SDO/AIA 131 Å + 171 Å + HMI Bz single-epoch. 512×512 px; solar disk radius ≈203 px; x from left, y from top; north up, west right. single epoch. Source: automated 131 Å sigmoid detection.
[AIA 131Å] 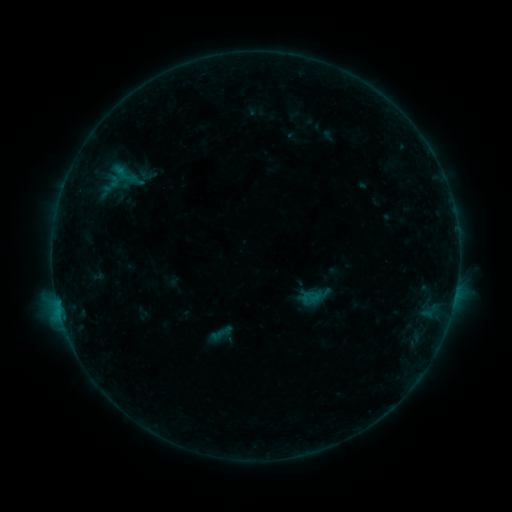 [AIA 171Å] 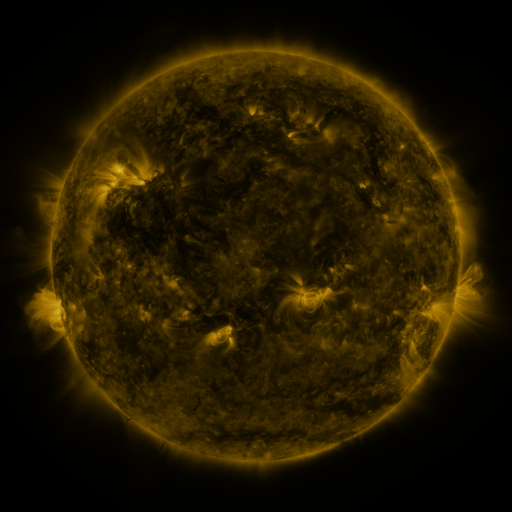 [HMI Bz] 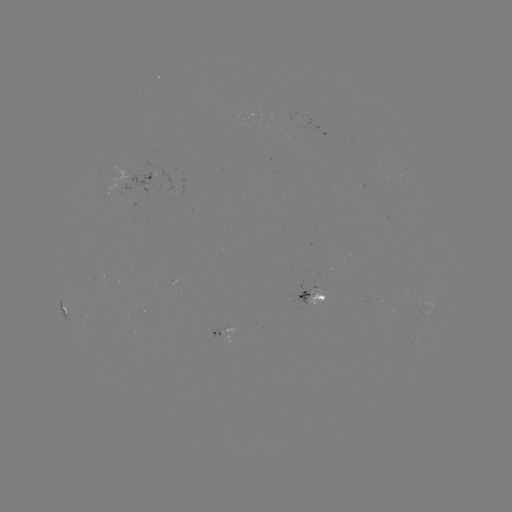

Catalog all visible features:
sigmoid: <bbox>299, 285, 322, 310</bbox>
